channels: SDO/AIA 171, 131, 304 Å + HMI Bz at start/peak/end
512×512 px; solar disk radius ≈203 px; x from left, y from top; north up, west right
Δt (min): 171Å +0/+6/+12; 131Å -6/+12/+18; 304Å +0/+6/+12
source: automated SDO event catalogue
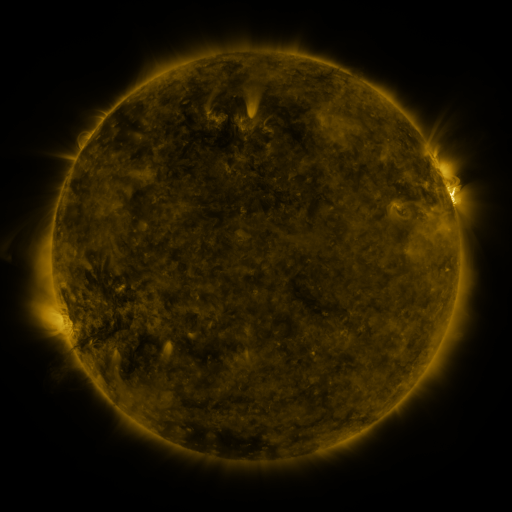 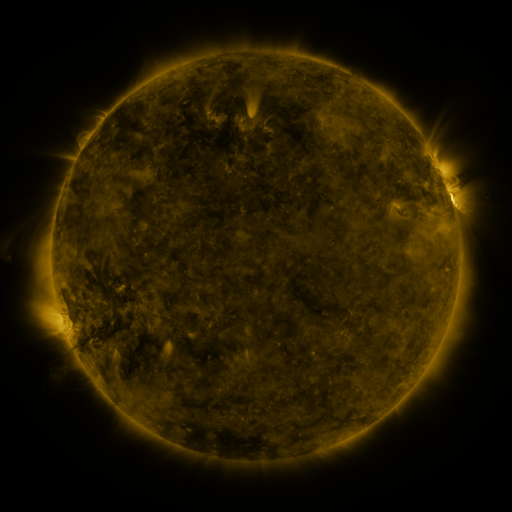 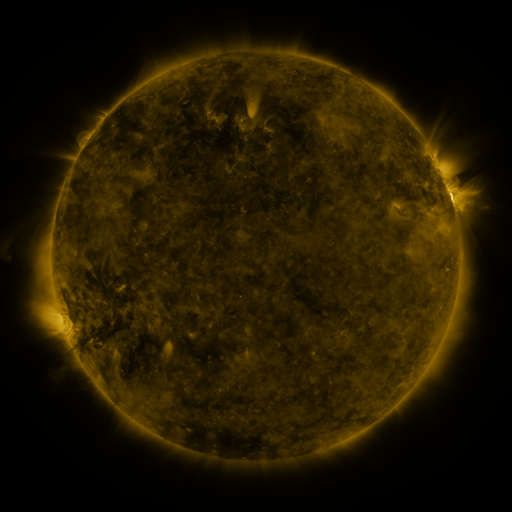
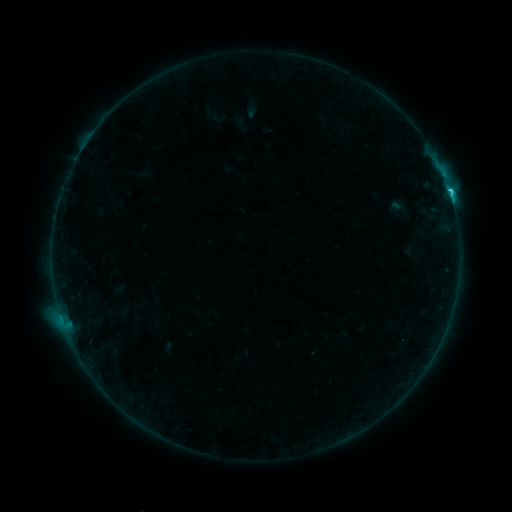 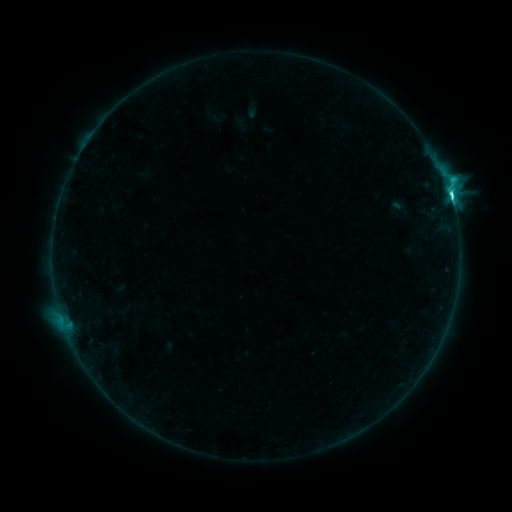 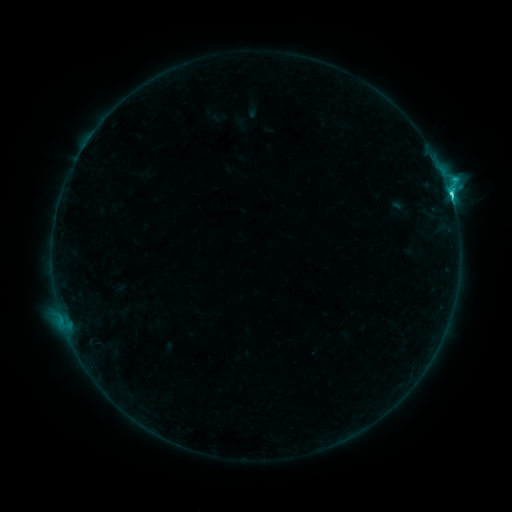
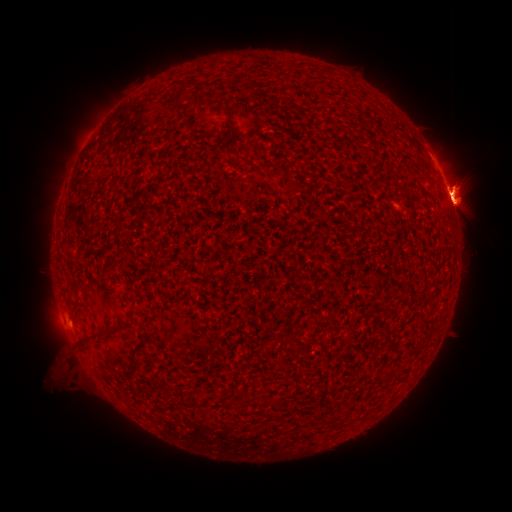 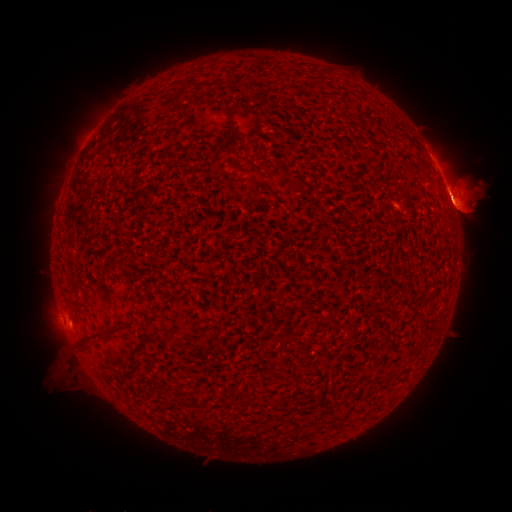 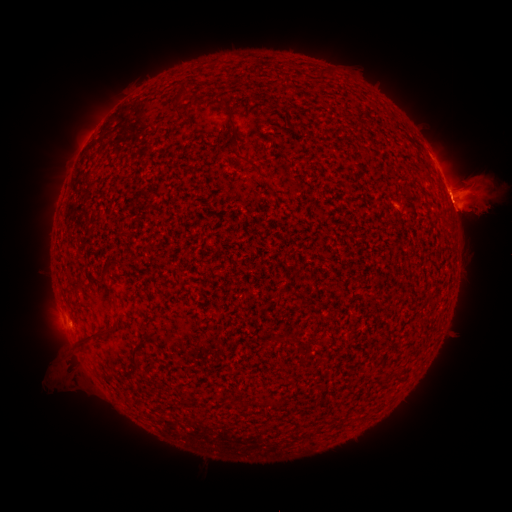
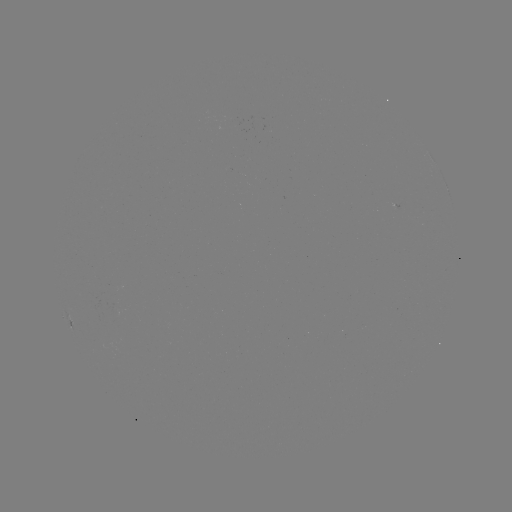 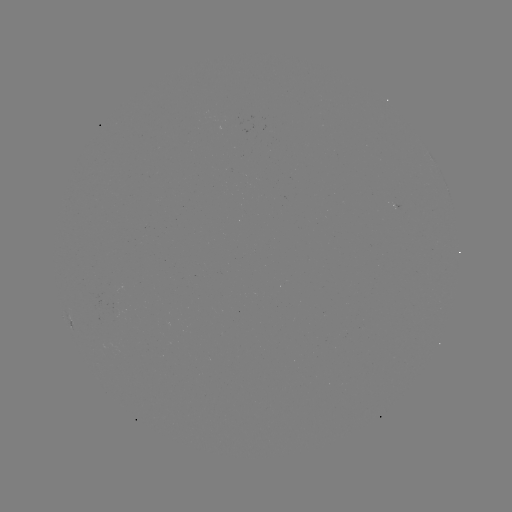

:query eruption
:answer [58, 343]